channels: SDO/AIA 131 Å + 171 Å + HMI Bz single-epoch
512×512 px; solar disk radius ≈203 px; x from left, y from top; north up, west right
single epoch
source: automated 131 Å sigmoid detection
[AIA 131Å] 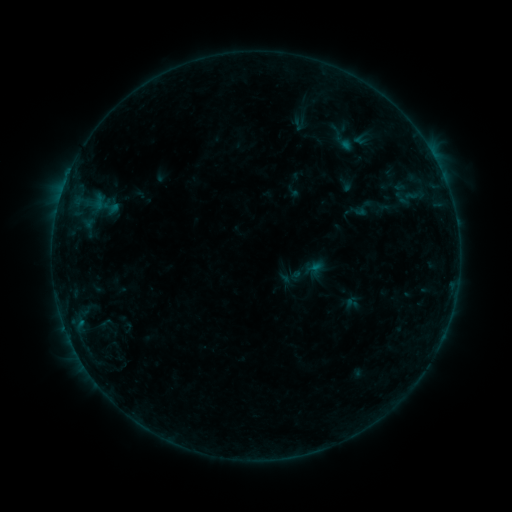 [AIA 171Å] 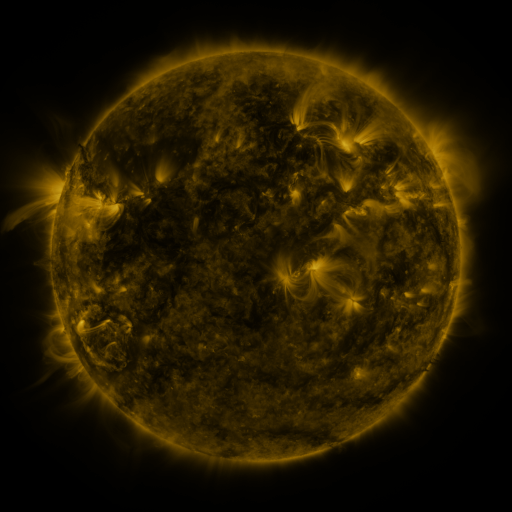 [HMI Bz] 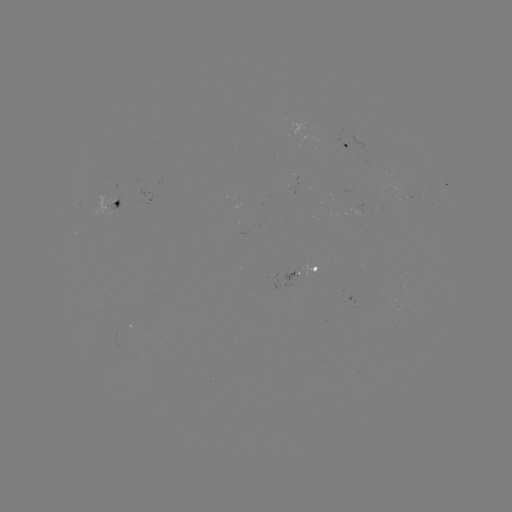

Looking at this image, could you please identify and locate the sigmoid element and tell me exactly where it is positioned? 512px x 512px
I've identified sigmoid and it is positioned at [402, 198].